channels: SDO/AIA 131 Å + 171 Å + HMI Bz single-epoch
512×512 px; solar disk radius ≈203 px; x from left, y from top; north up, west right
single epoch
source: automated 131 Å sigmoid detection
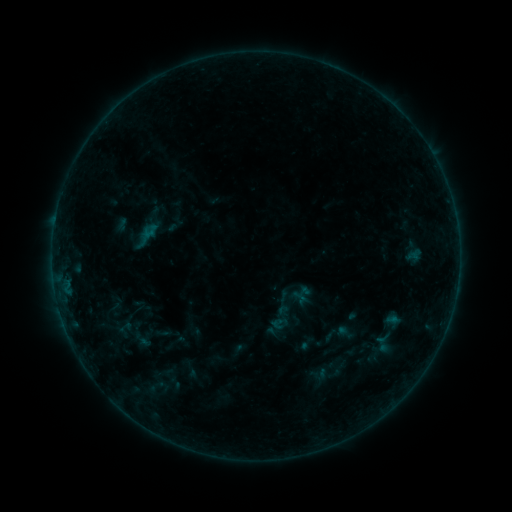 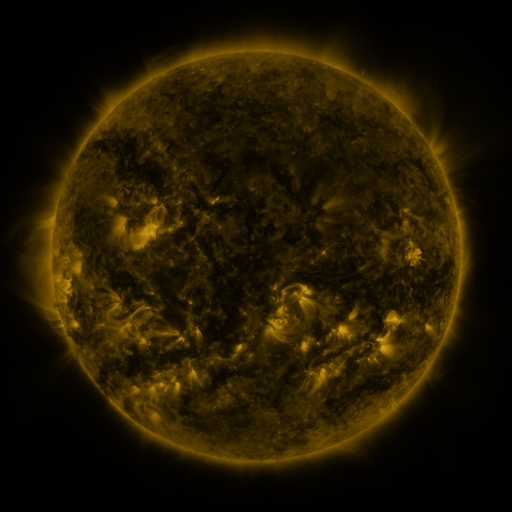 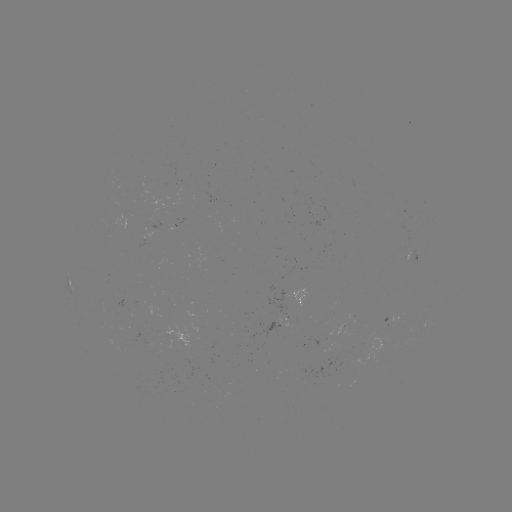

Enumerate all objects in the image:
sigmoid: [312, 367, 328, 383]
